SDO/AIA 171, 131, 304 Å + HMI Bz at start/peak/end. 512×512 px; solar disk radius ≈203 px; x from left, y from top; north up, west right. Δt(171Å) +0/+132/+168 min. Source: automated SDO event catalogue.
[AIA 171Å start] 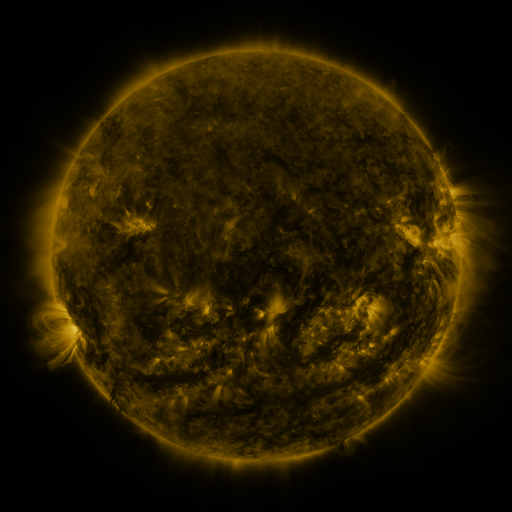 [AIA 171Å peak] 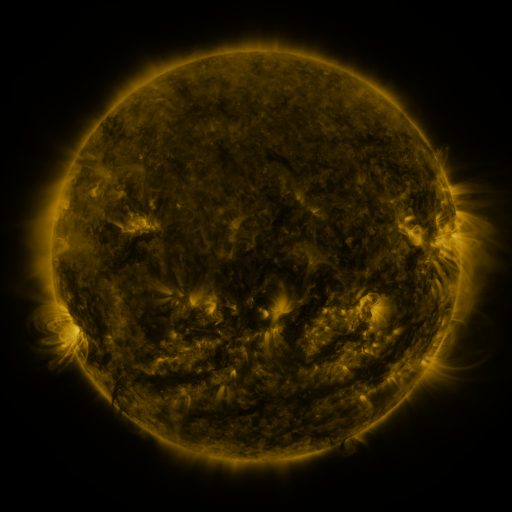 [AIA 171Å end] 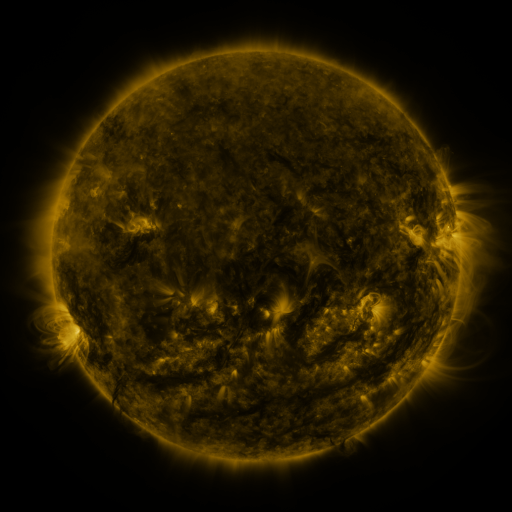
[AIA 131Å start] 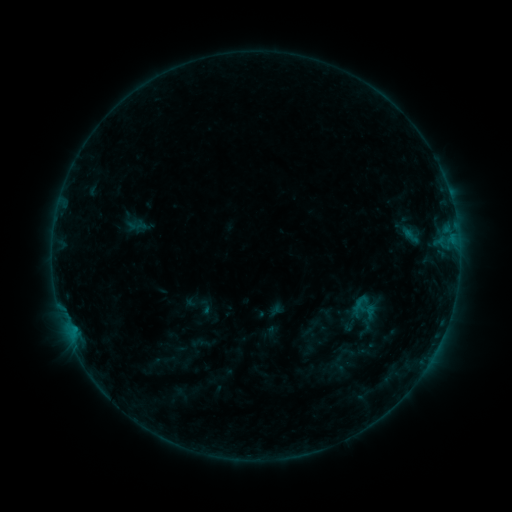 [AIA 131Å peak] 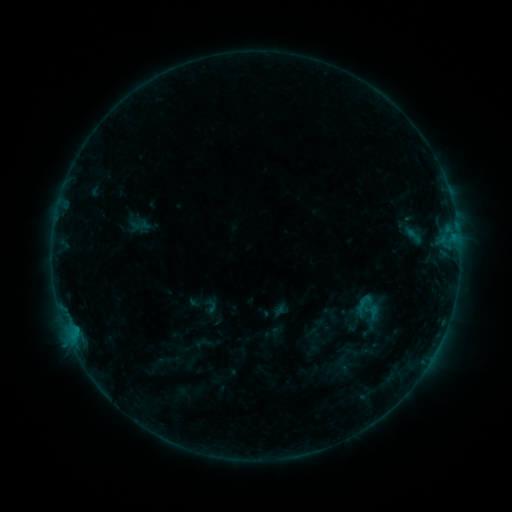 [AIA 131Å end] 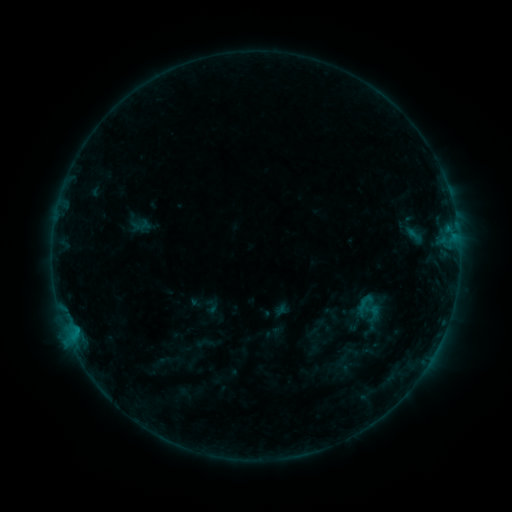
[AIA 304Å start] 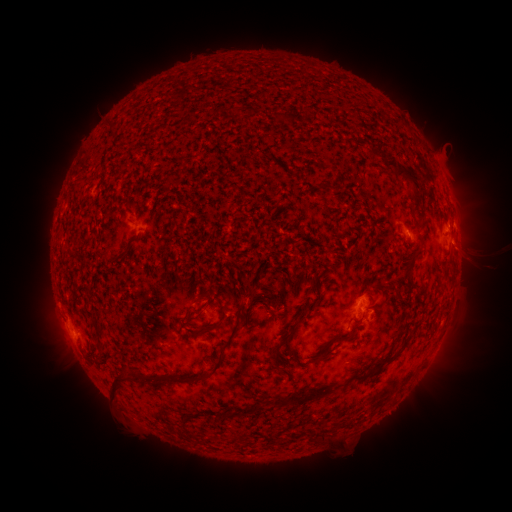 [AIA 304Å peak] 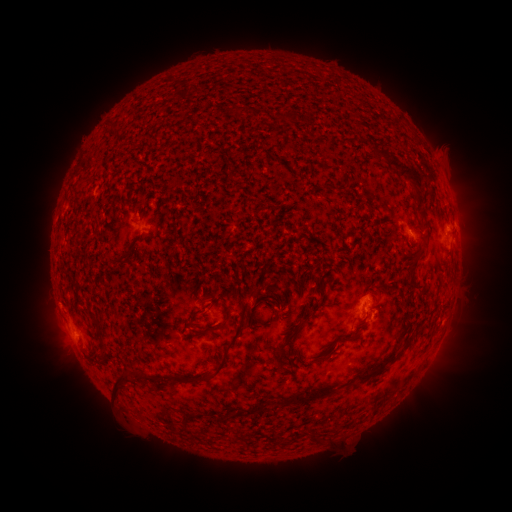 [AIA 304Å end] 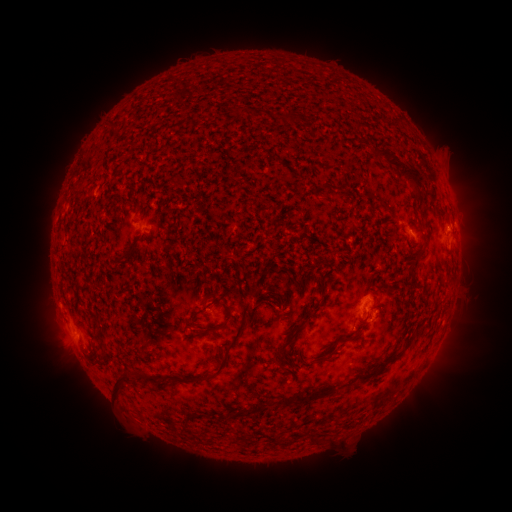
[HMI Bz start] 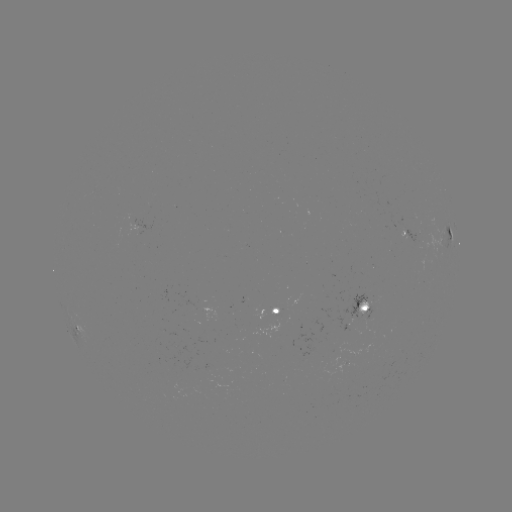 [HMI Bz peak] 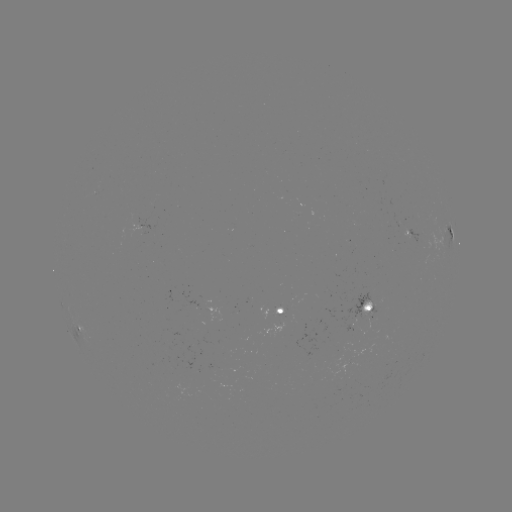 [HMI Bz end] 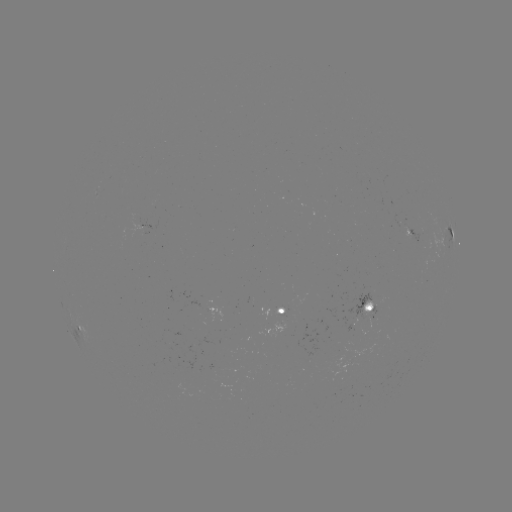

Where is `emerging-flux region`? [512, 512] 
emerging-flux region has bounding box [259, 308, 283, 319].